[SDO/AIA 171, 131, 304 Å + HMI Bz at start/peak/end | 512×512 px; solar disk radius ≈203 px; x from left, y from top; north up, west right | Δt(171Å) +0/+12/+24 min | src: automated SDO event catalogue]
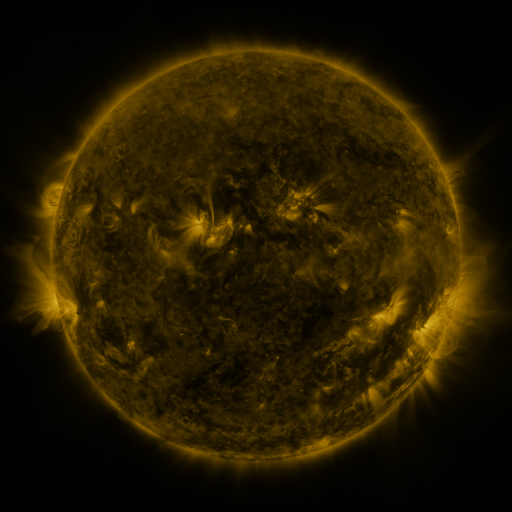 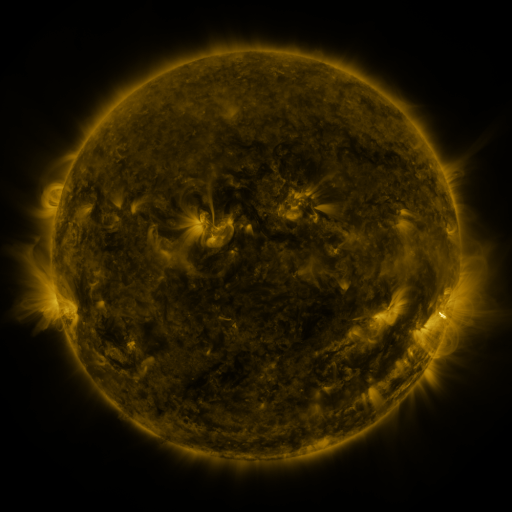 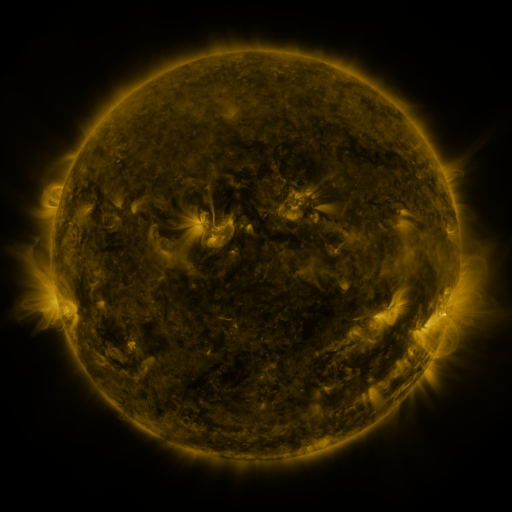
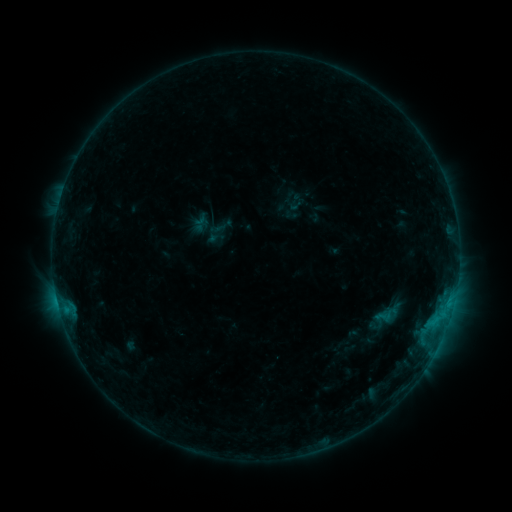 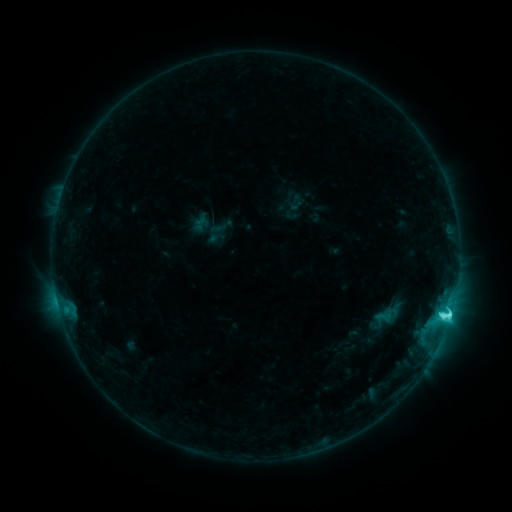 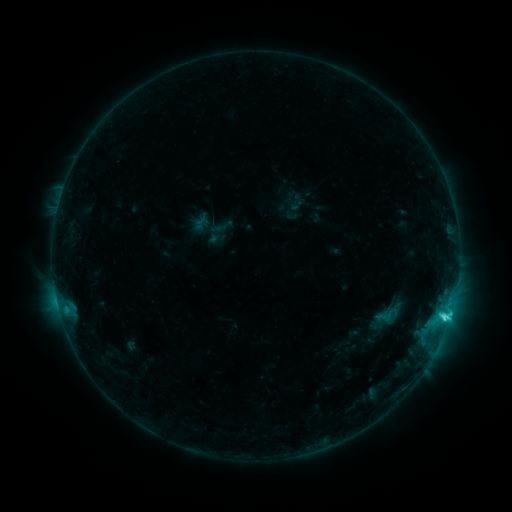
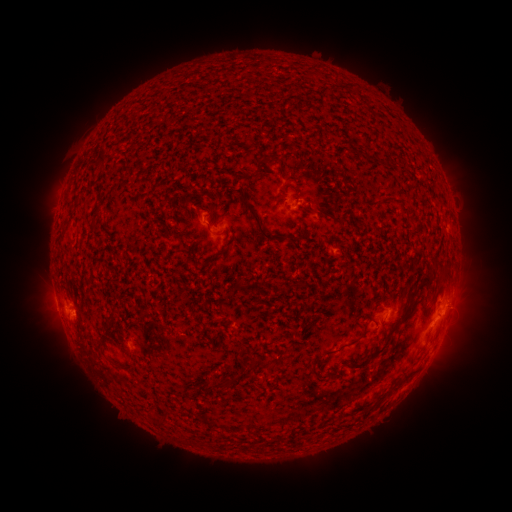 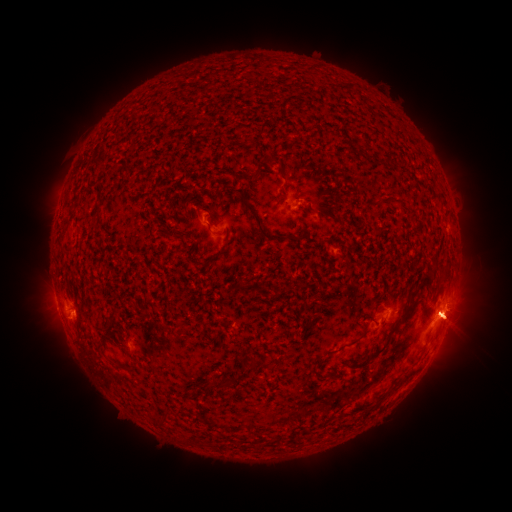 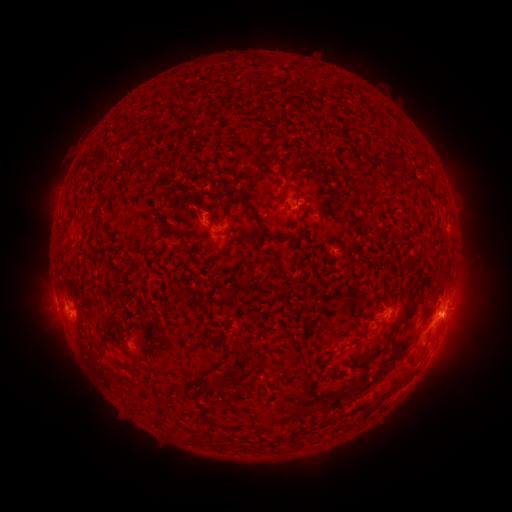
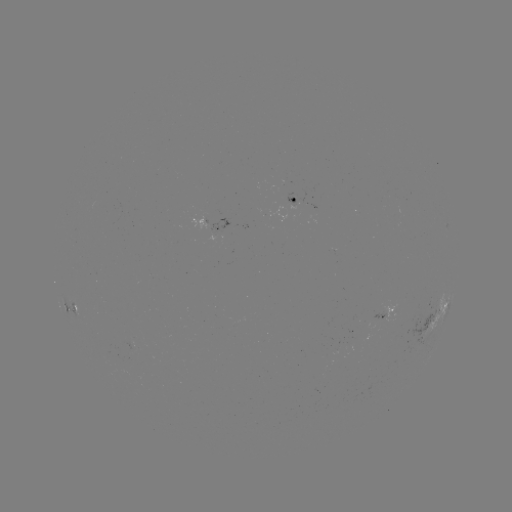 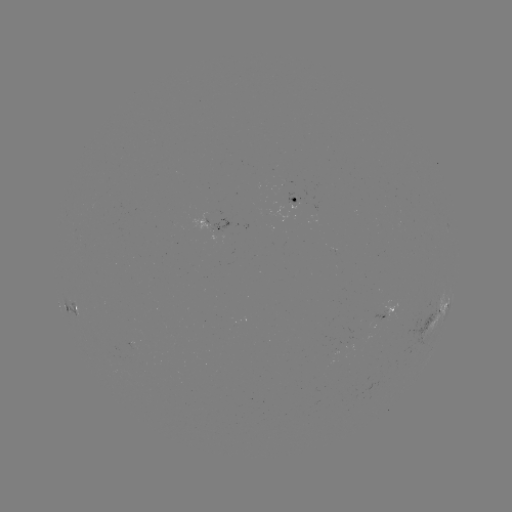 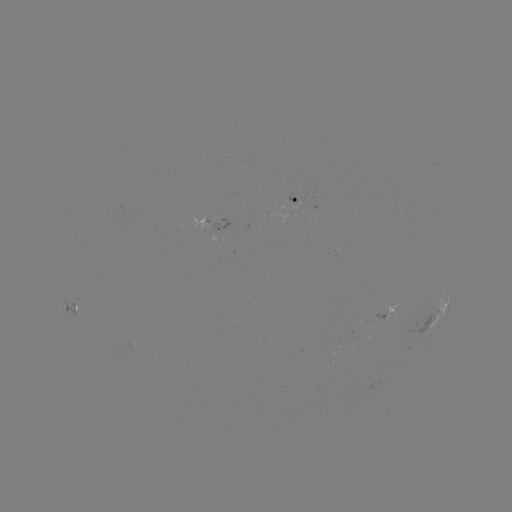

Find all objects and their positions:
C6.0 flare: (448, 315)
